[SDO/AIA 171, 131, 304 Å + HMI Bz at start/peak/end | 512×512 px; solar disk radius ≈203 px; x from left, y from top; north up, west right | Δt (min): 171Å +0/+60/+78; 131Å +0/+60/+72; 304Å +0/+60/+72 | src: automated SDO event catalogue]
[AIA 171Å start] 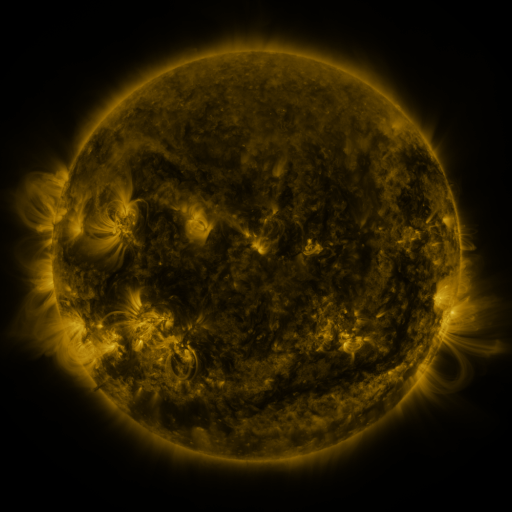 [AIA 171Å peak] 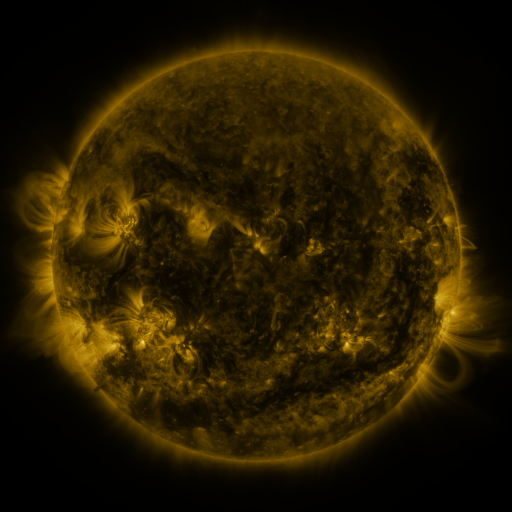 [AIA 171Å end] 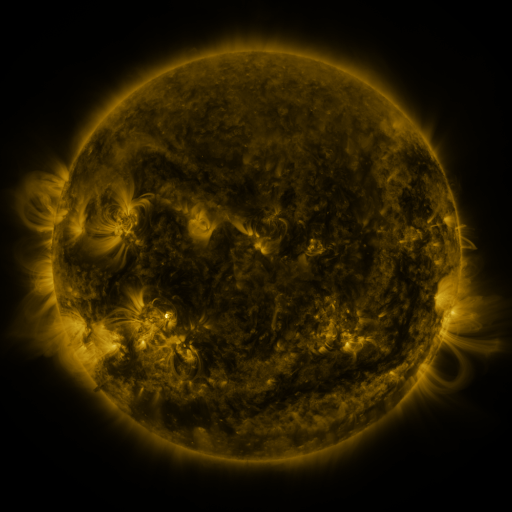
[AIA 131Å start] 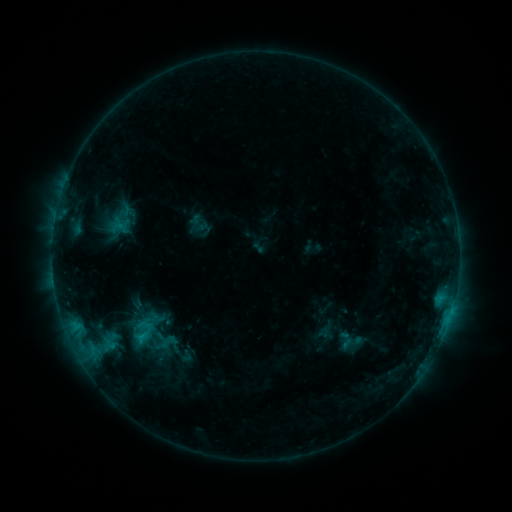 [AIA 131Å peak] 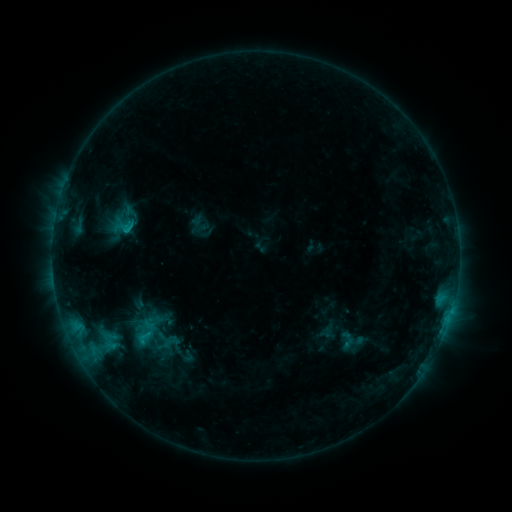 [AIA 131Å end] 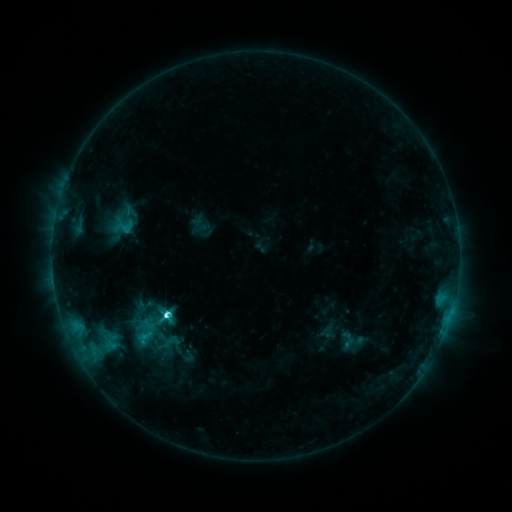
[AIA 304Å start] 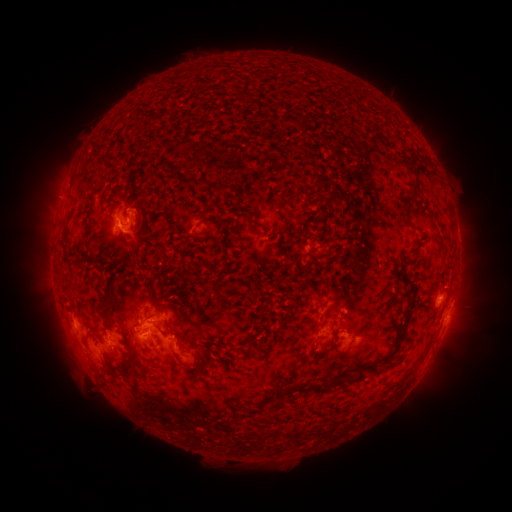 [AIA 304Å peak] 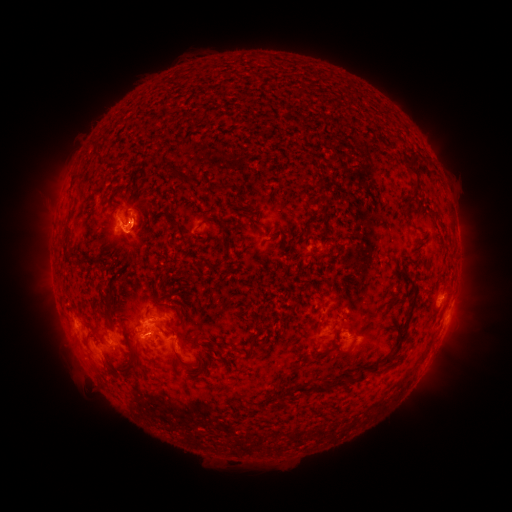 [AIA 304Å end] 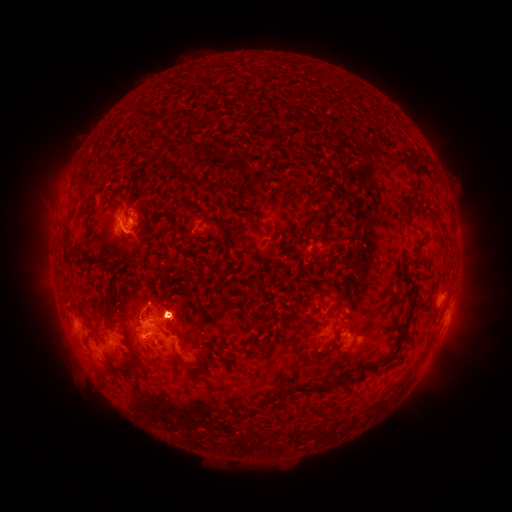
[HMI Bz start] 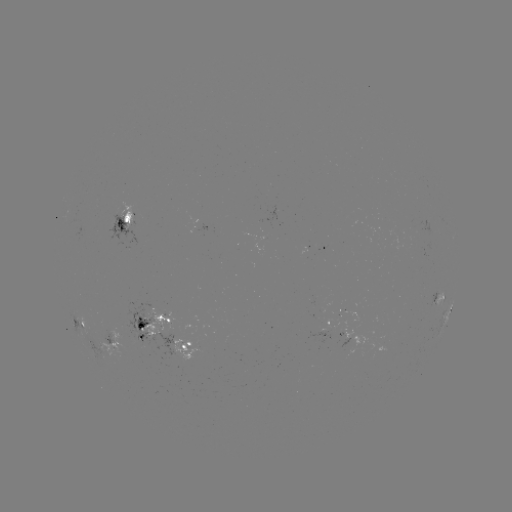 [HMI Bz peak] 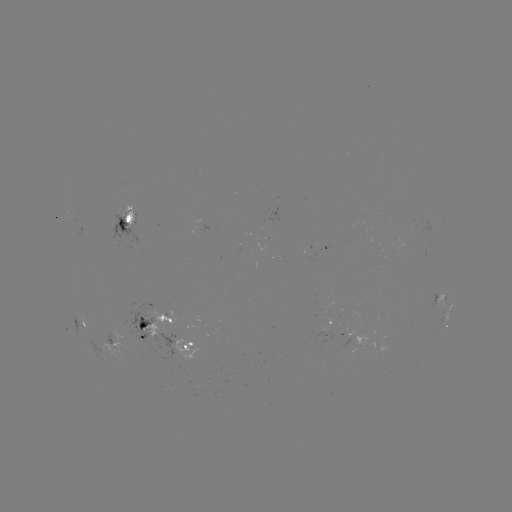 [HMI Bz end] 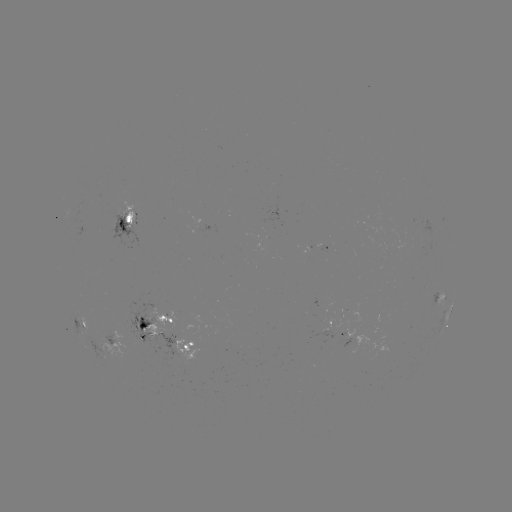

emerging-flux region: [336, 319, 349, 347]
